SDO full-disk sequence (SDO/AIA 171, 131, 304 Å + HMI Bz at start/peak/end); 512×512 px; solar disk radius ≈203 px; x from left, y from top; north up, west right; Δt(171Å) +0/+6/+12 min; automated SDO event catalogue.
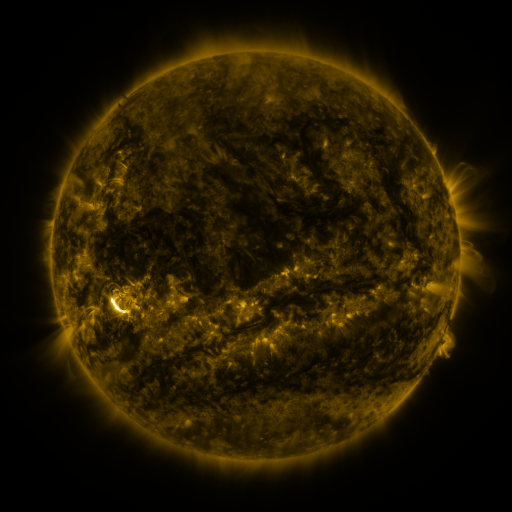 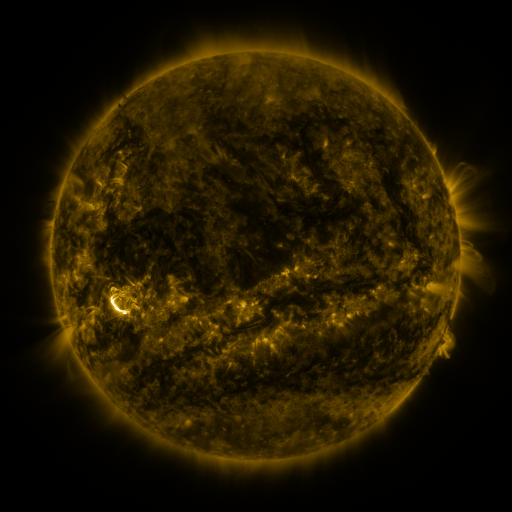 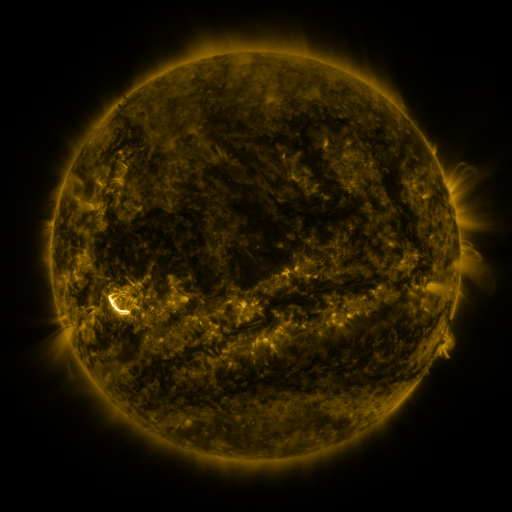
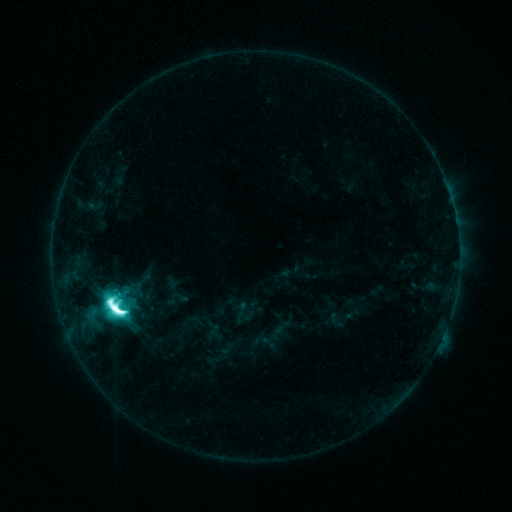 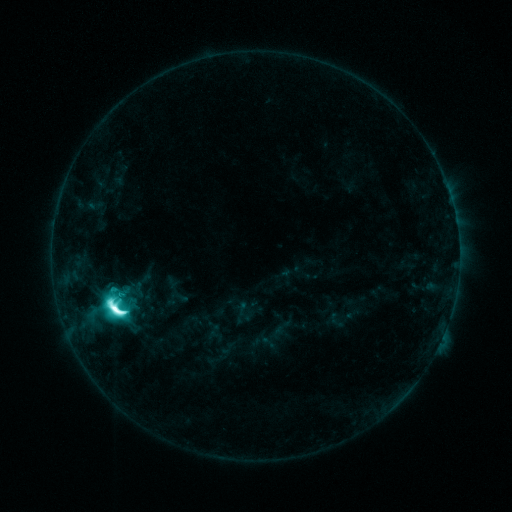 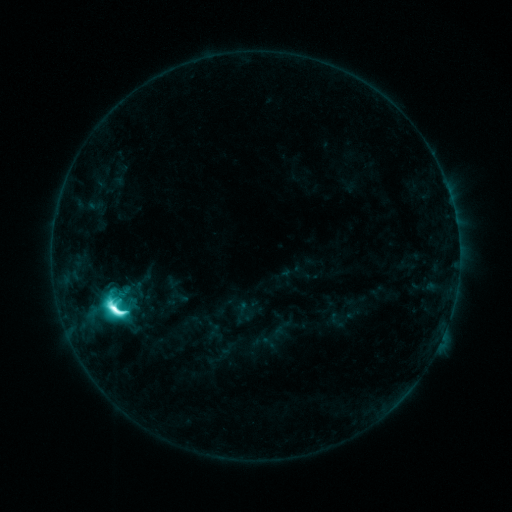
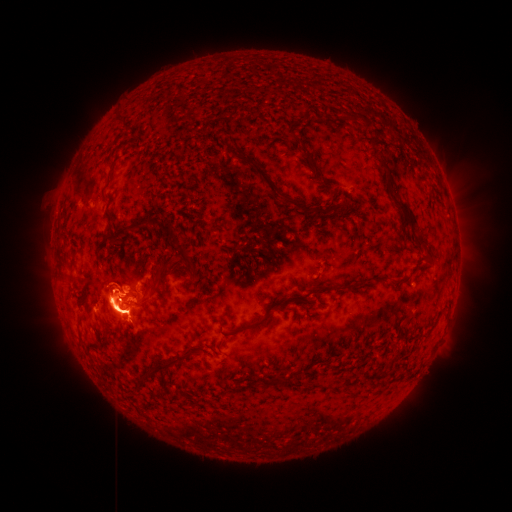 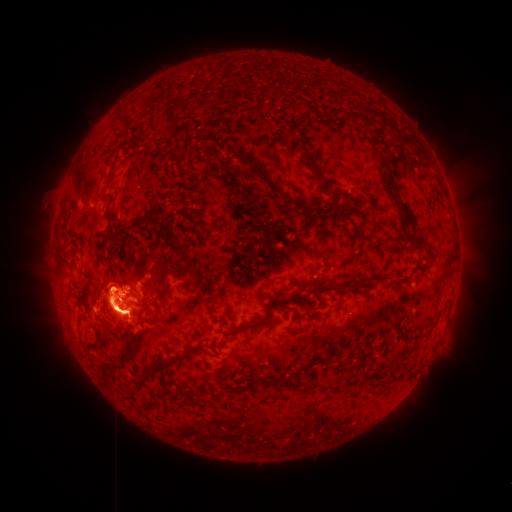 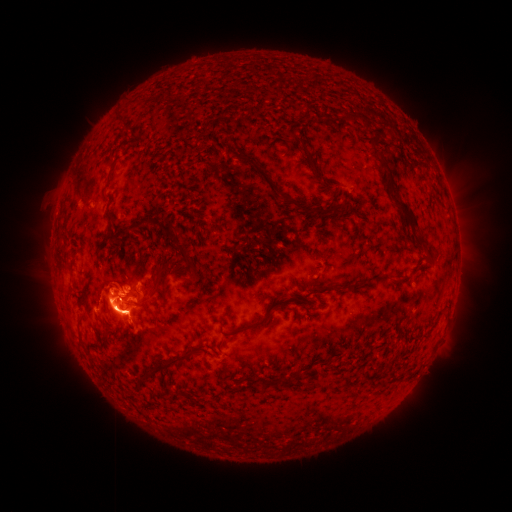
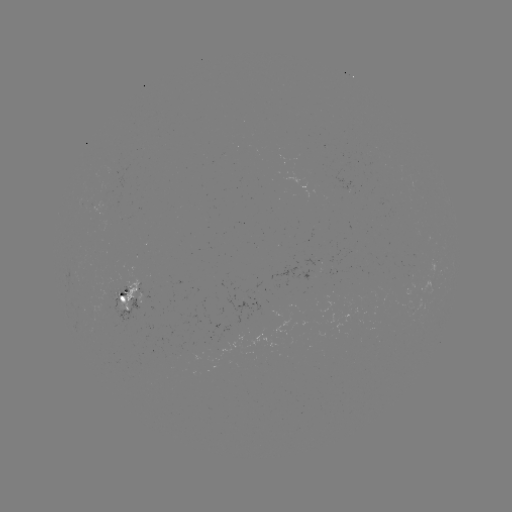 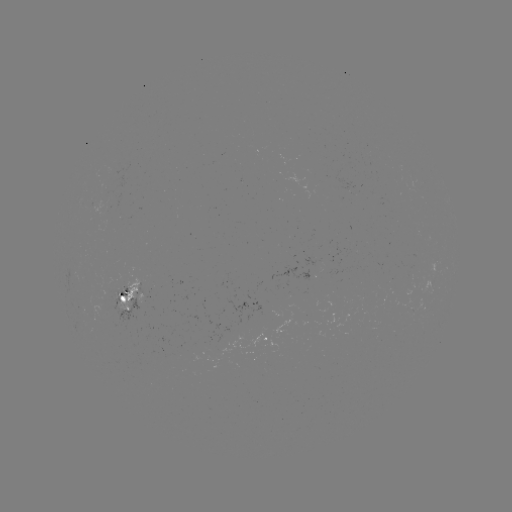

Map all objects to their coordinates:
eruption: (105, 284)
